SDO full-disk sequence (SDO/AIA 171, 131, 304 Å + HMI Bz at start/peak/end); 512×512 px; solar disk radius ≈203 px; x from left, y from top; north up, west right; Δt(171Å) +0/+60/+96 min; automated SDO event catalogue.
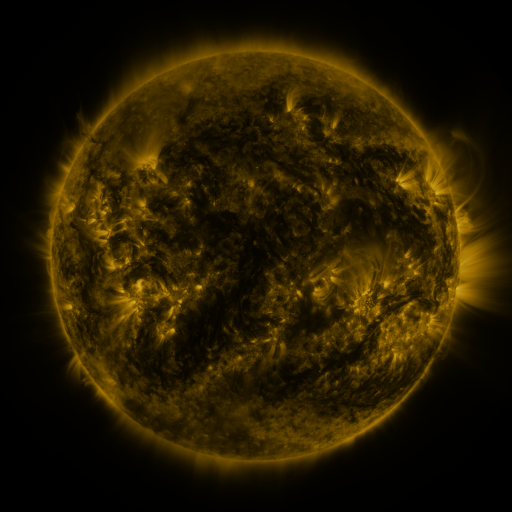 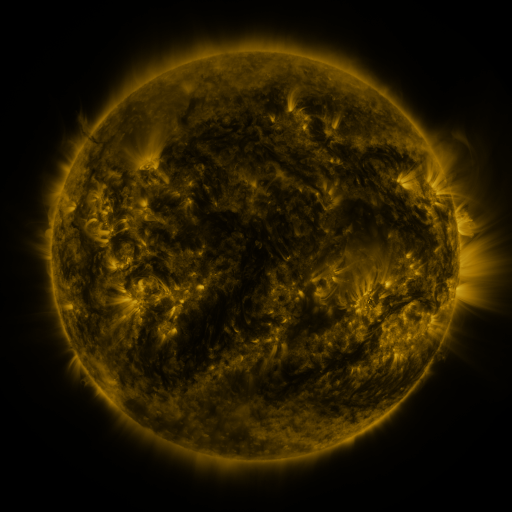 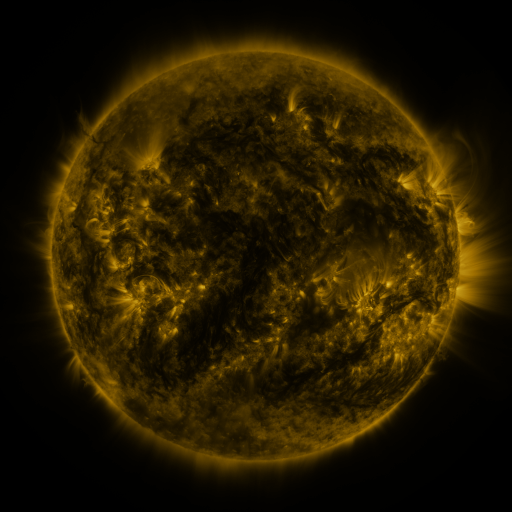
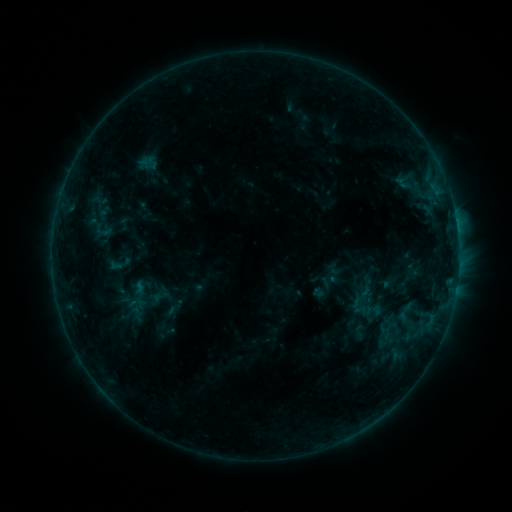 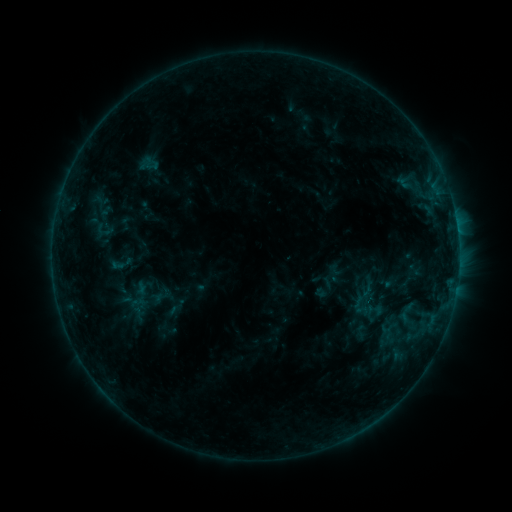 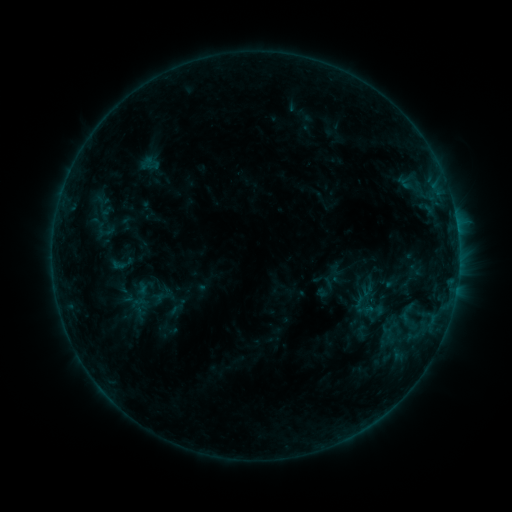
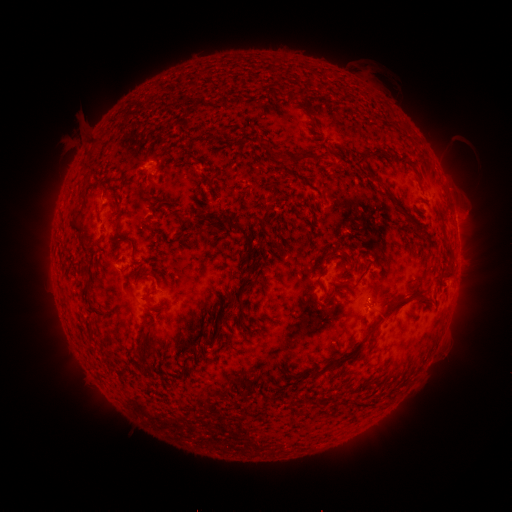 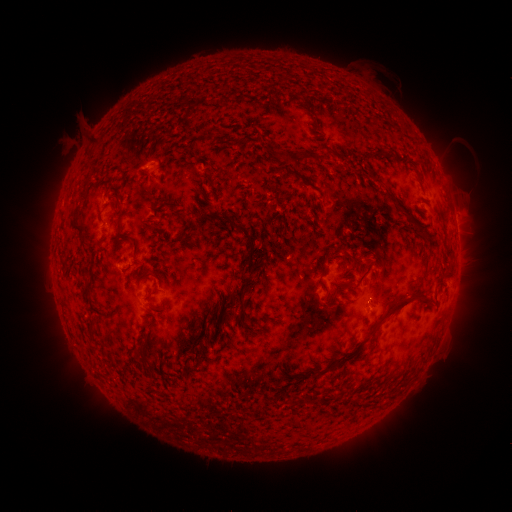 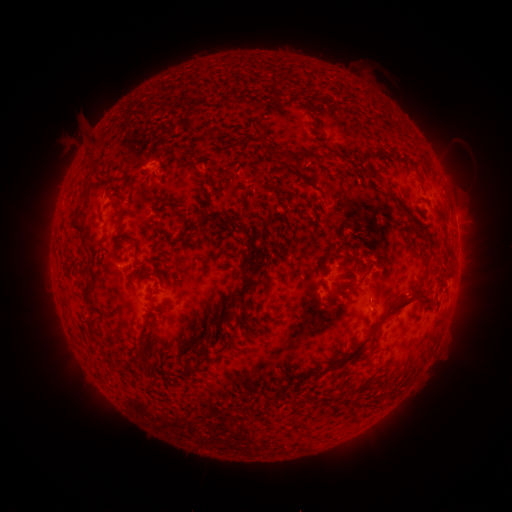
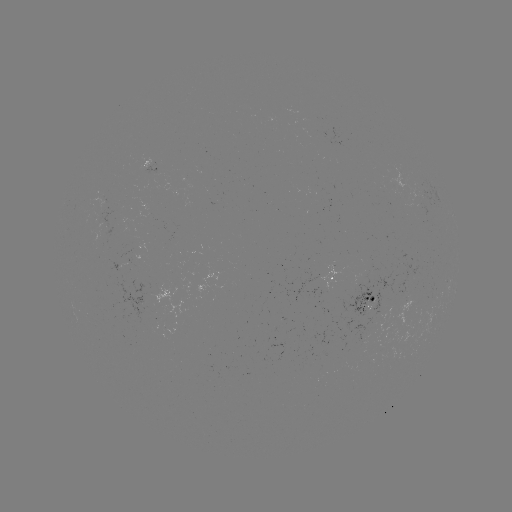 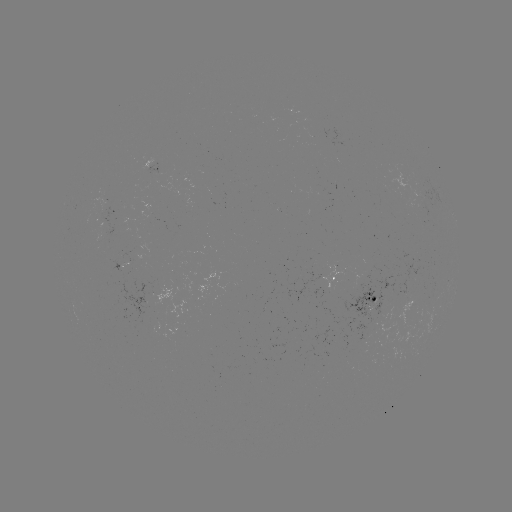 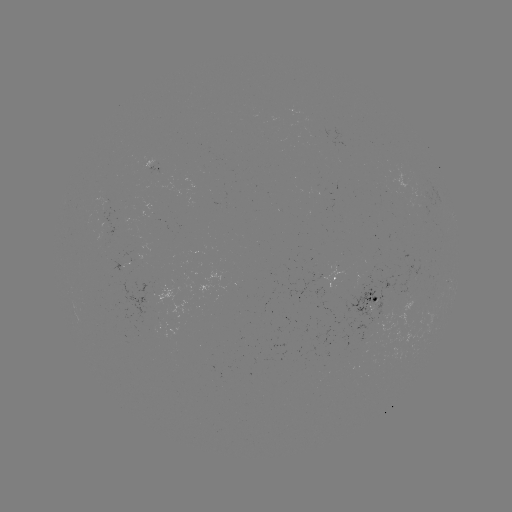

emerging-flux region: (336, 253, 421, 350)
